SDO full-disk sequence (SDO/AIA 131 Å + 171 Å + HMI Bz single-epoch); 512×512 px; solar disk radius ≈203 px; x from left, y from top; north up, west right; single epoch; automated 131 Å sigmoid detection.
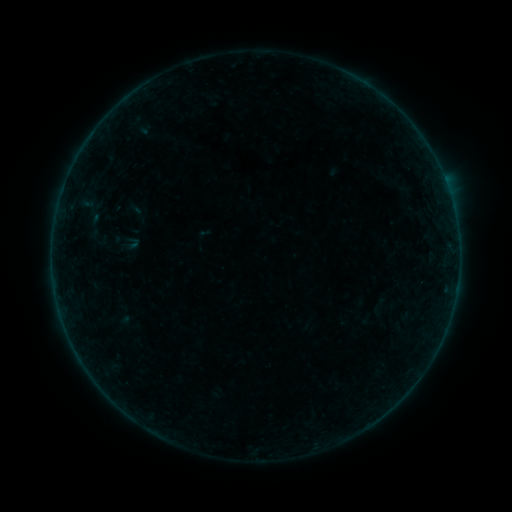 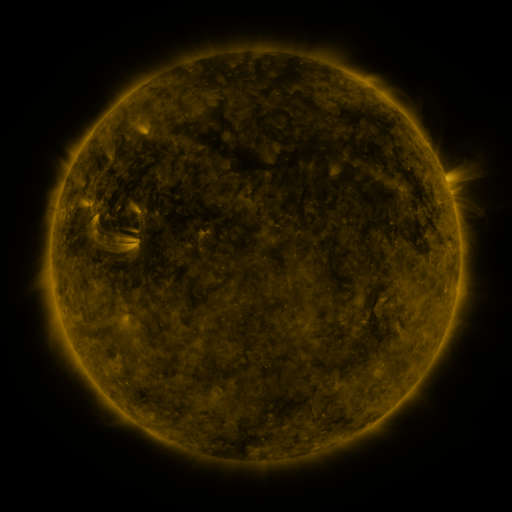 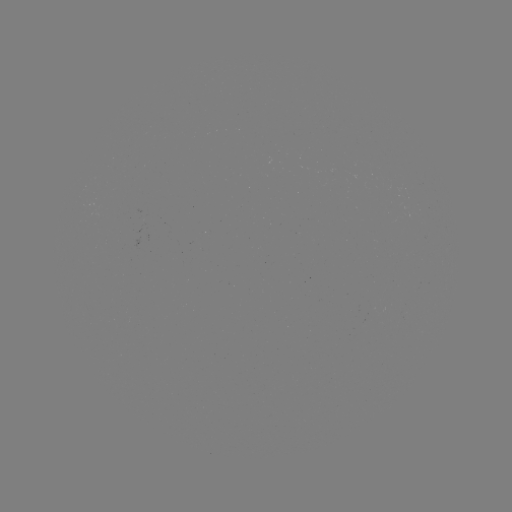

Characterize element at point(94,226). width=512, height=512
sigmoid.